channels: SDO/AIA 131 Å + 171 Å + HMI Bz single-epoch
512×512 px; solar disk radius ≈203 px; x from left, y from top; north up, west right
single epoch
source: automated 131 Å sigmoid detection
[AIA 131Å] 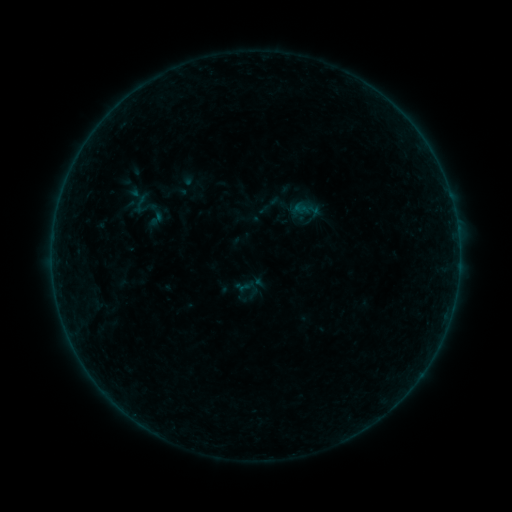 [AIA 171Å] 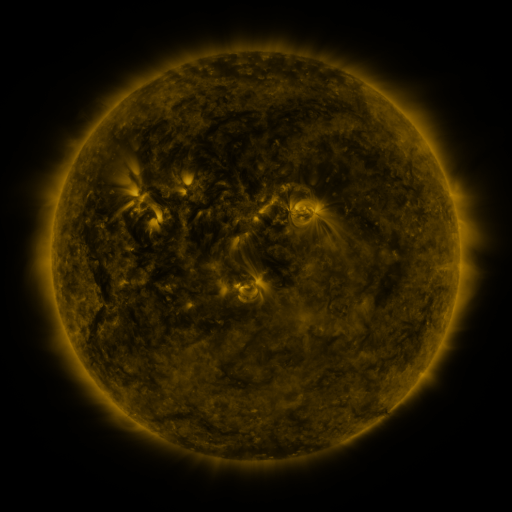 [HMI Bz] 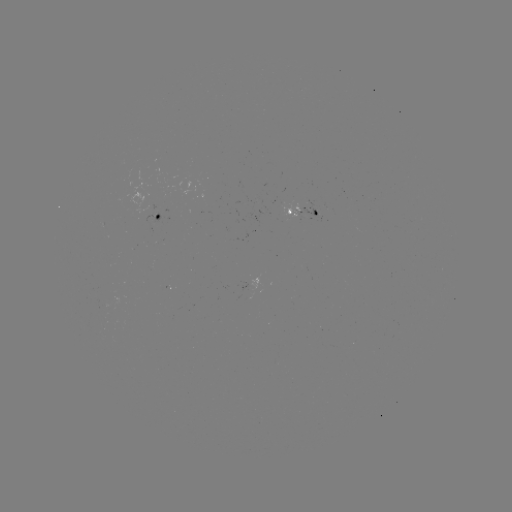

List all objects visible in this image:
sigmoid: (156, 218)
sigmoid: (248, 289)
